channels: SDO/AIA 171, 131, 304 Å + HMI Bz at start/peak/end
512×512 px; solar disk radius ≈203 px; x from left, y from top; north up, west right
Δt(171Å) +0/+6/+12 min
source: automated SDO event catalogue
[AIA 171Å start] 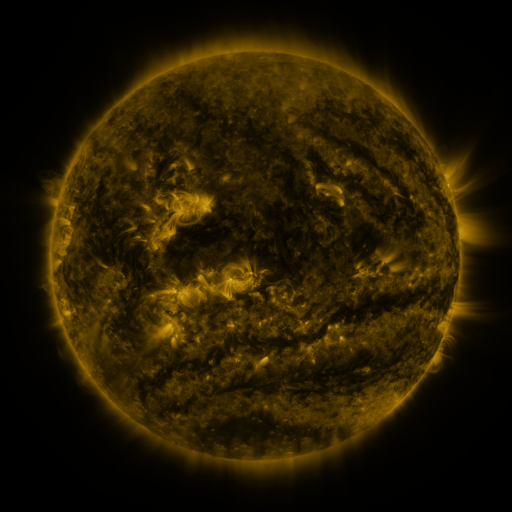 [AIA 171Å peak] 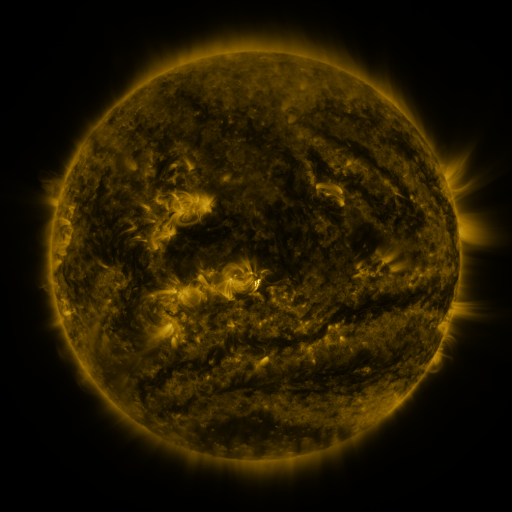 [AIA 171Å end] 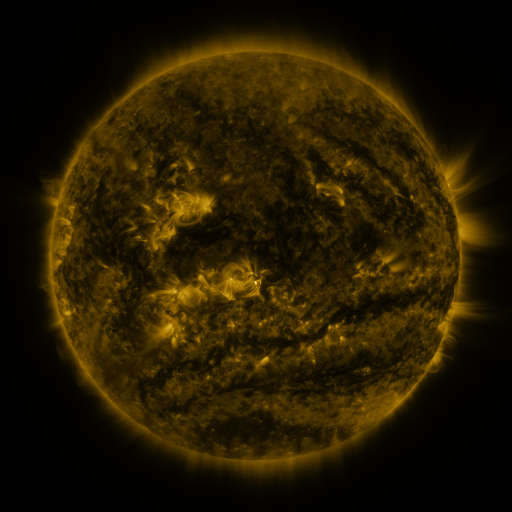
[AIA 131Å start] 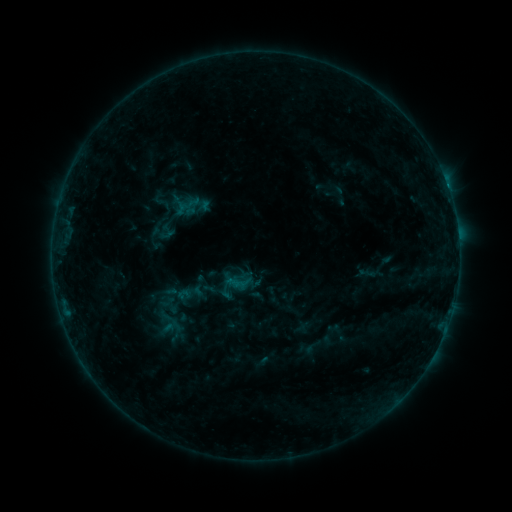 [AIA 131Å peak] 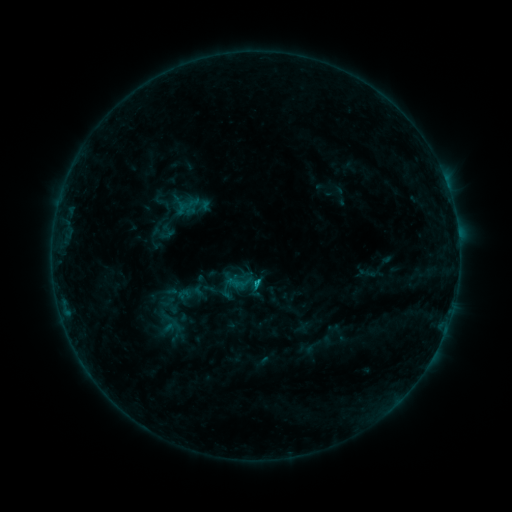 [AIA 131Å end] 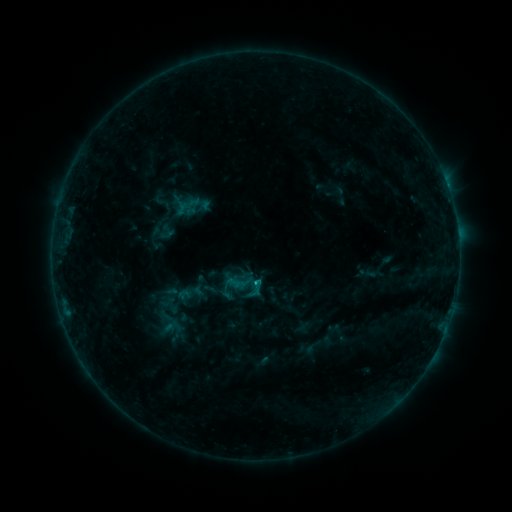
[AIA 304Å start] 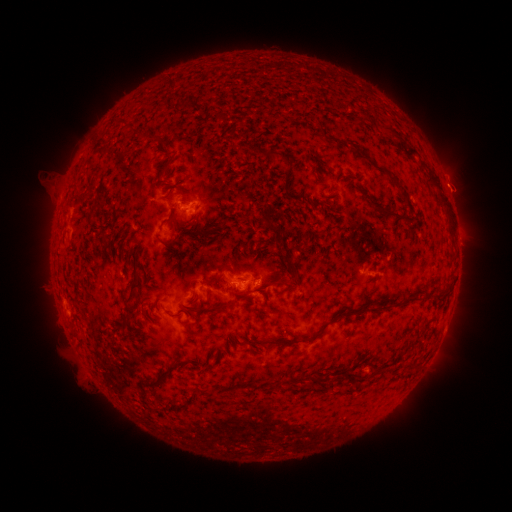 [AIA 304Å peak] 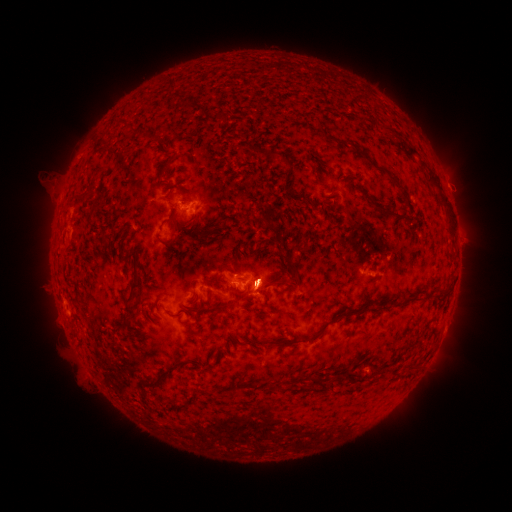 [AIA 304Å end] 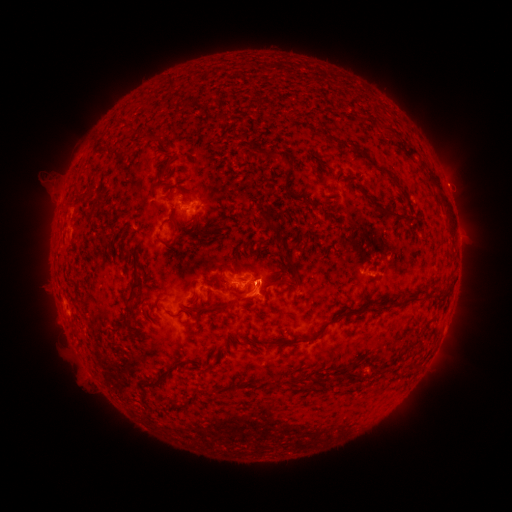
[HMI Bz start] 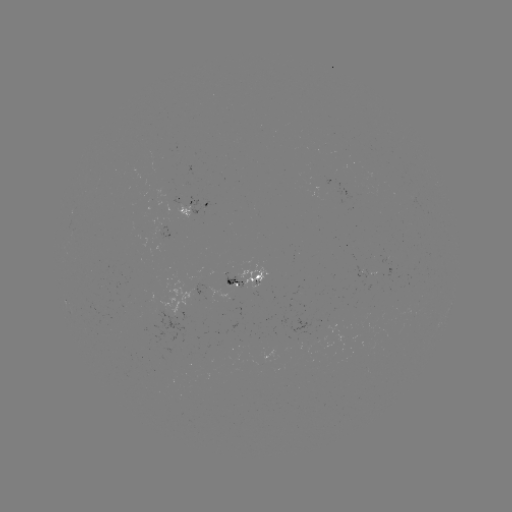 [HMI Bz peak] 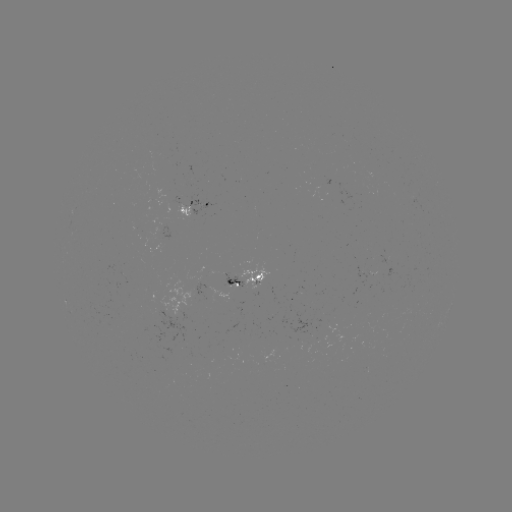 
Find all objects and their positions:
C1.1 flare: (256, 280)
